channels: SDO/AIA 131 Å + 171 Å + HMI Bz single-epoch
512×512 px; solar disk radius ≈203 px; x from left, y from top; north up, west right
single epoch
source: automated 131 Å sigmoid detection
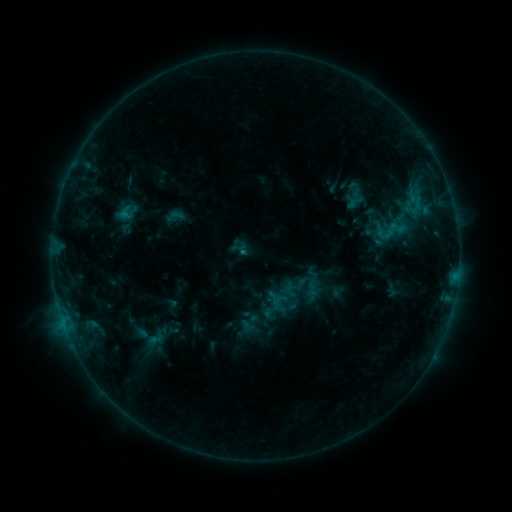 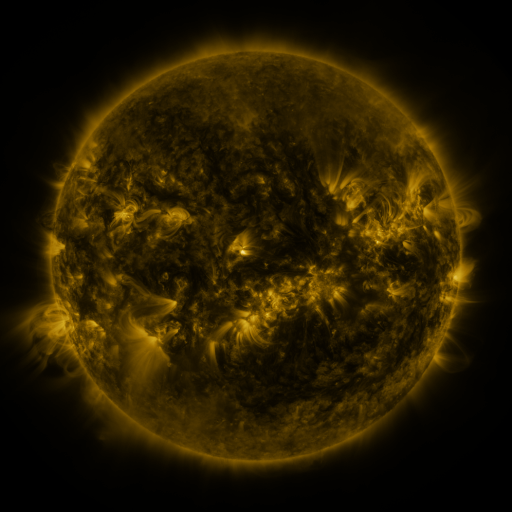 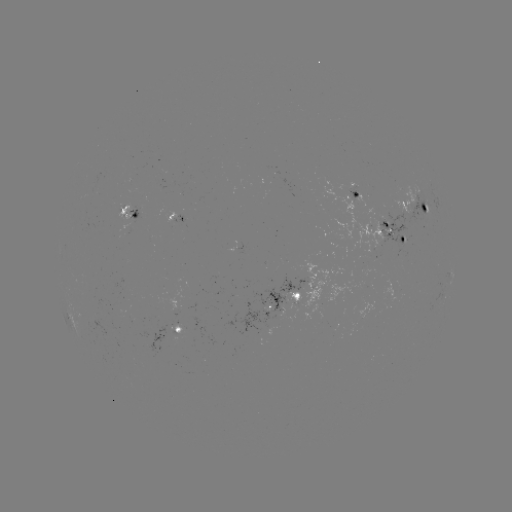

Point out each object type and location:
sigmoid: (175, 216)
sigmoid: (397, 228)
